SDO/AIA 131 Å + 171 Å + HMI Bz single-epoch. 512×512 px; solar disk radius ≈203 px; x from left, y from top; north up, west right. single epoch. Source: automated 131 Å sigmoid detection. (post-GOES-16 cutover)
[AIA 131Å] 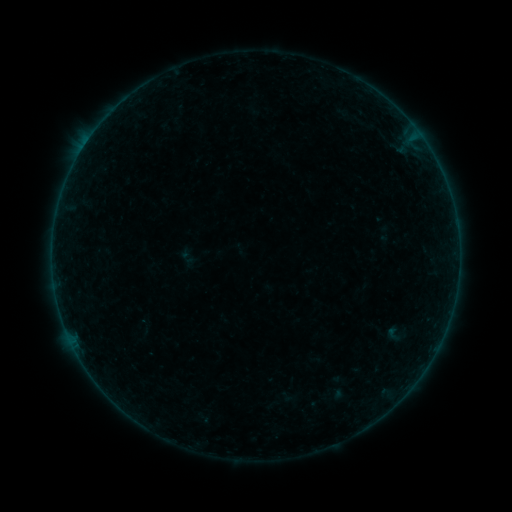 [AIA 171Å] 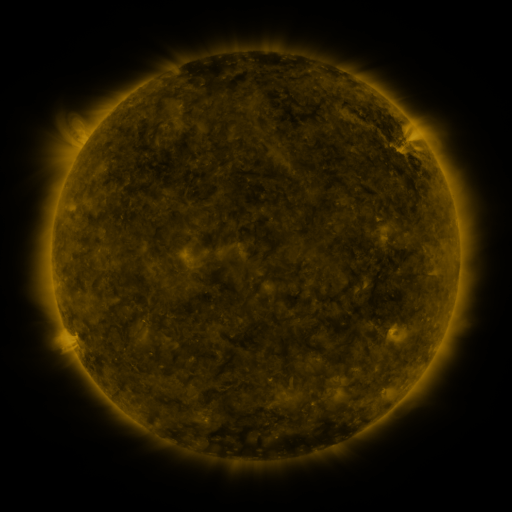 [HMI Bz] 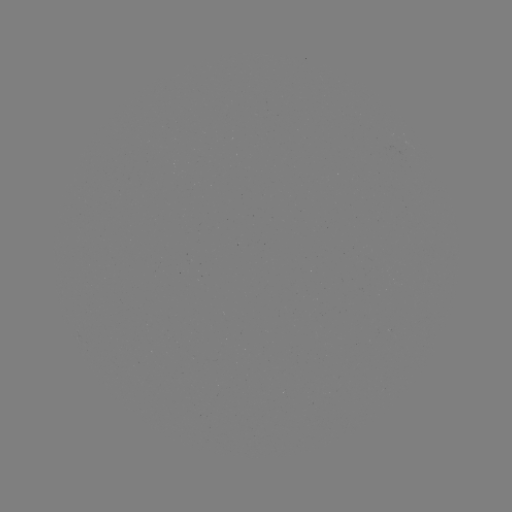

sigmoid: <bbox>383, 324, 402, 343</bbox>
